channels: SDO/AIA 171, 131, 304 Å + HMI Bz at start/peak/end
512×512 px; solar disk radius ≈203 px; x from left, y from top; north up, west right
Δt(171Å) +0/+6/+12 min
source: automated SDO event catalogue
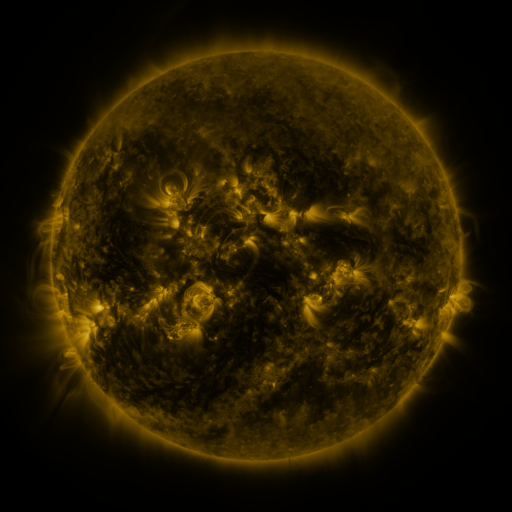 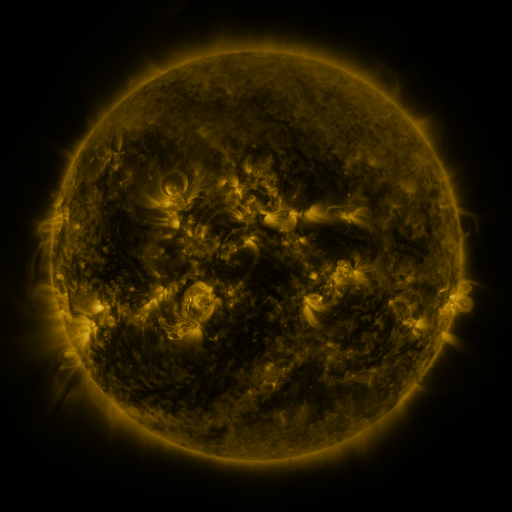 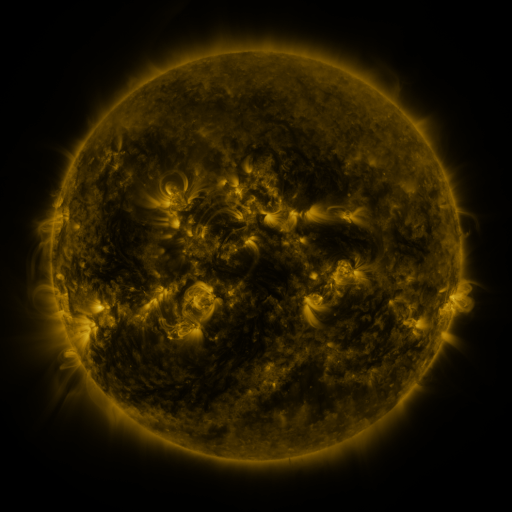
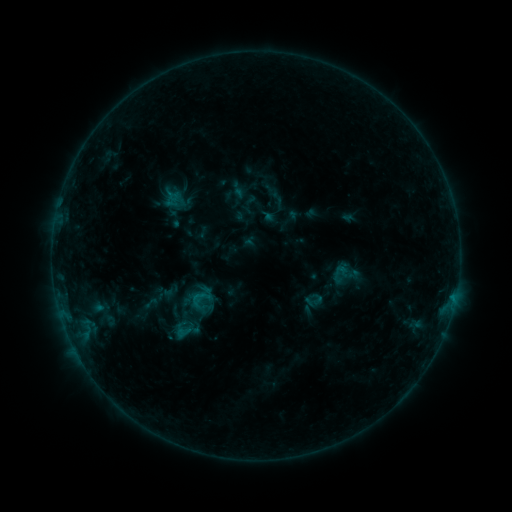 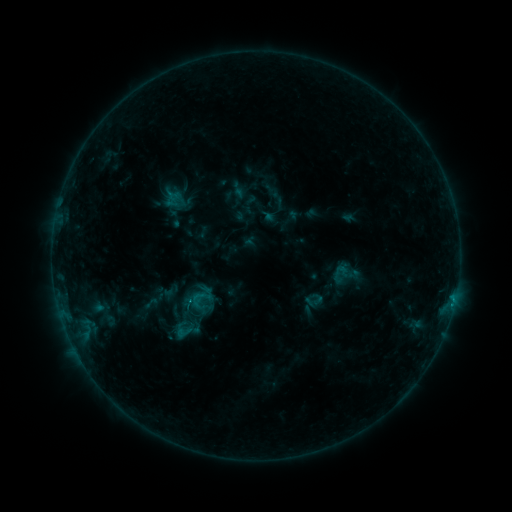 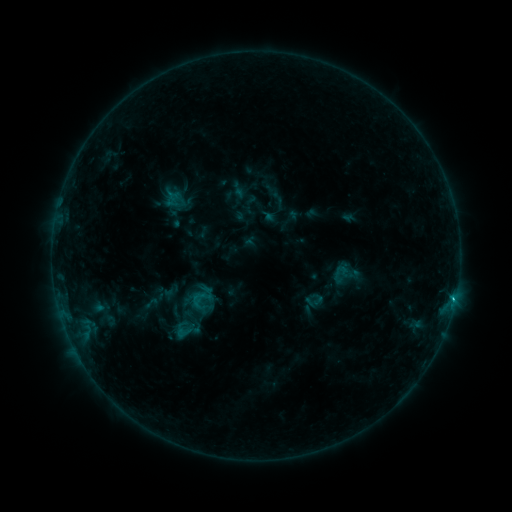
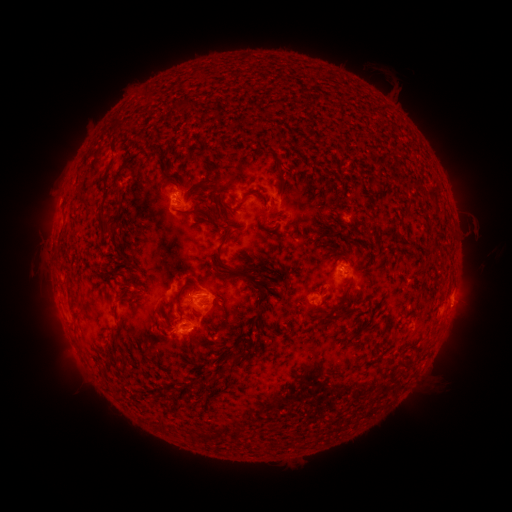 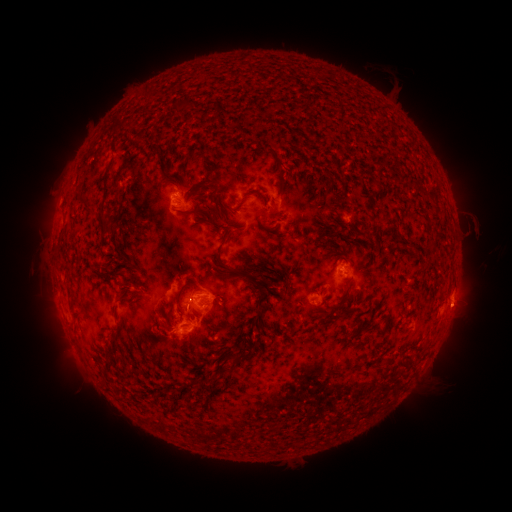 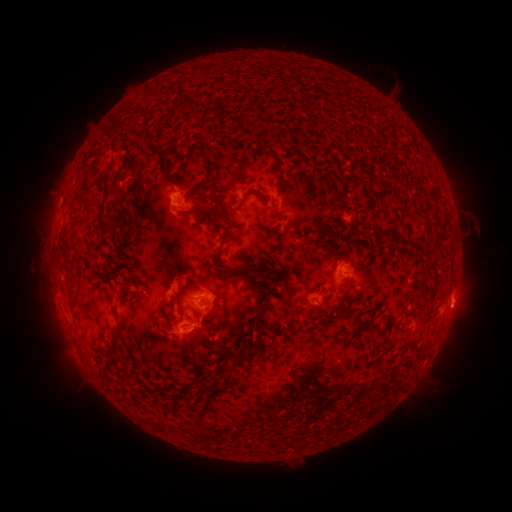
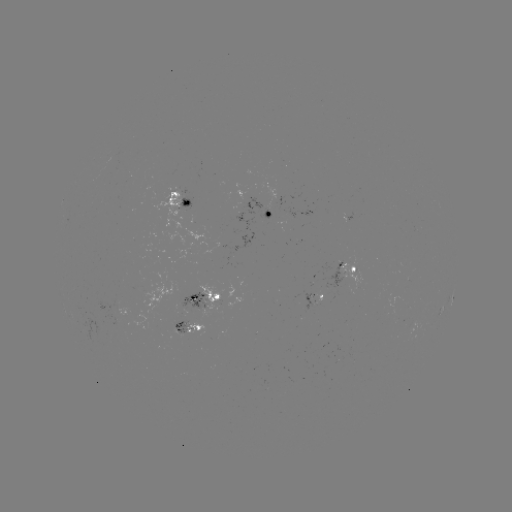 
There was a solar flare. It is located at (191, 302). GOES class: B7.5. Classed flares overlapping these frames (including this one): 2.